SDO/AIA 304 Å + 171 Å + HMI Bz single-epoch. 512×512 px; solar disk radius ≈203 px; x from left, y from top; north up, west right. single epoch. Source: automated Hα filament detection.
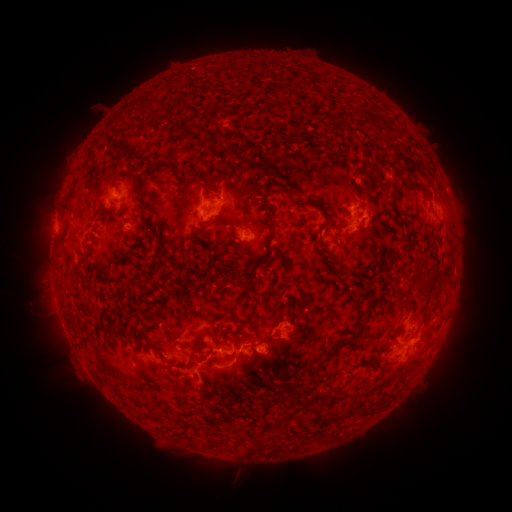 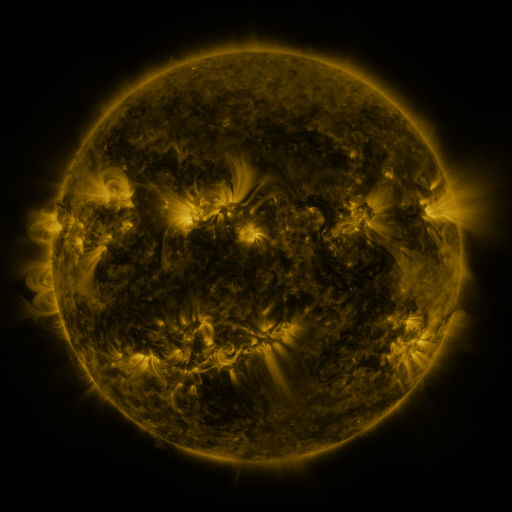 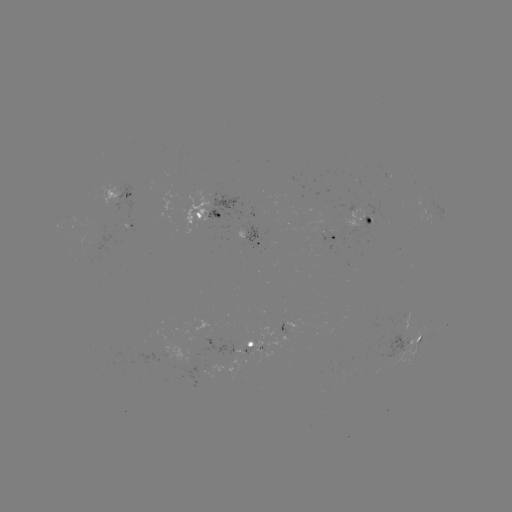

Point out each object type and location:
filament: (129, 151)
filament: (160, 163)
filament: (204, 179)
filament: (415, 186)
filament: (290, 191)
filament: (316, 199)
filament: (141, 205)
filament: (273, 226)
filament: (320, 230)
filament: (242, 266)
filament: (338, 272)
filament: (423, 284)
filament: (348, 341)
filament: (331, 418)
